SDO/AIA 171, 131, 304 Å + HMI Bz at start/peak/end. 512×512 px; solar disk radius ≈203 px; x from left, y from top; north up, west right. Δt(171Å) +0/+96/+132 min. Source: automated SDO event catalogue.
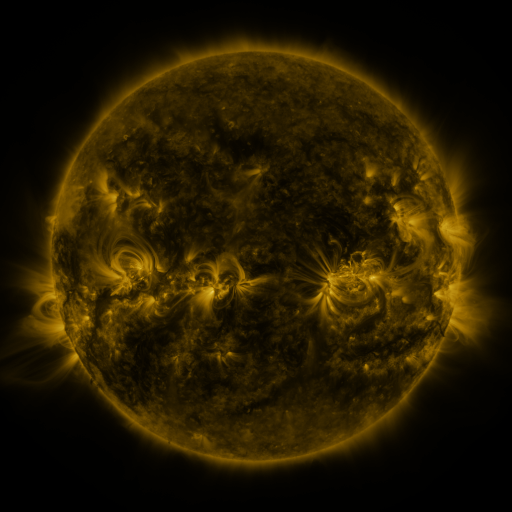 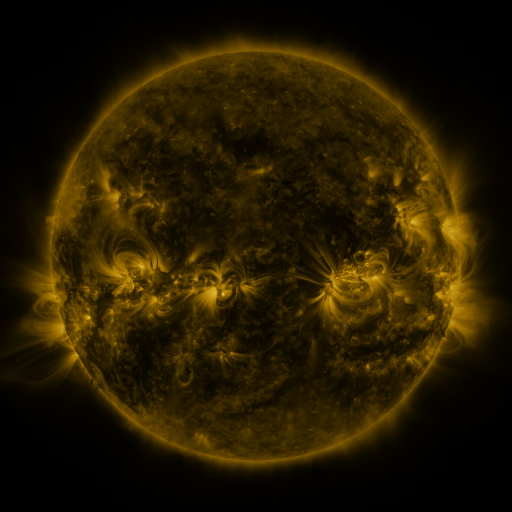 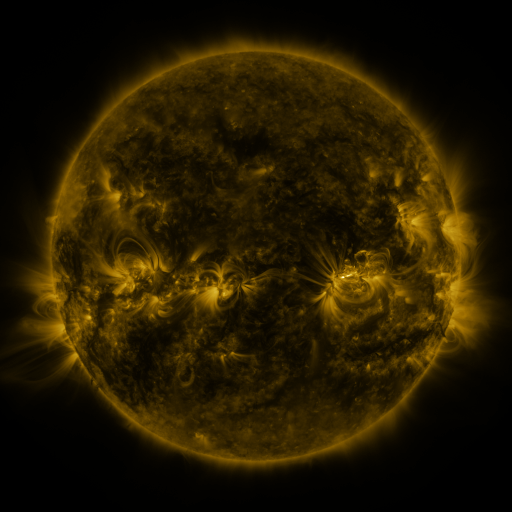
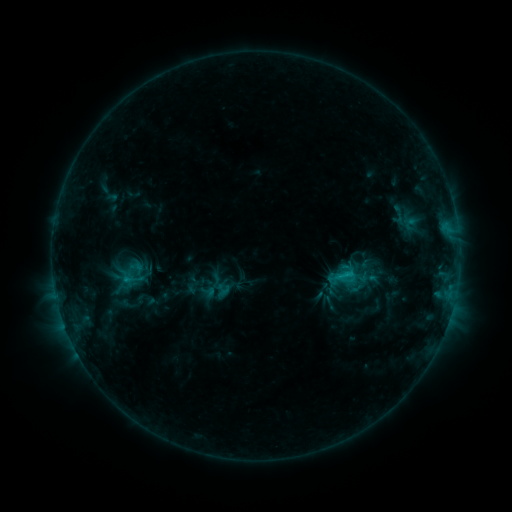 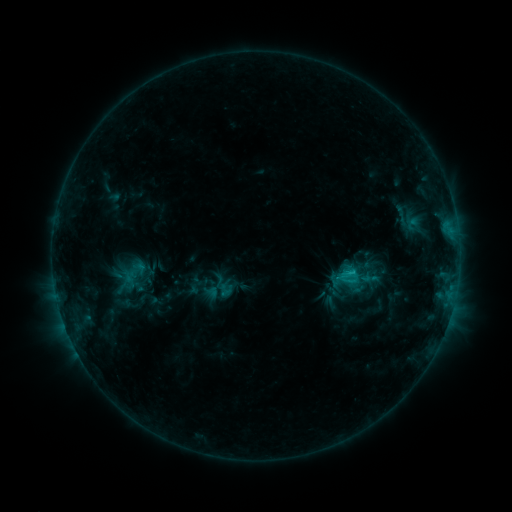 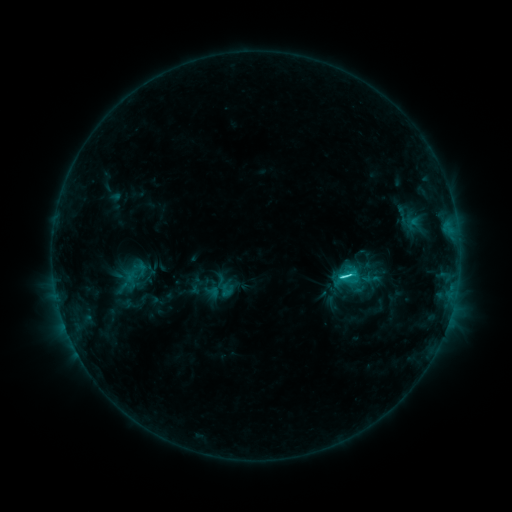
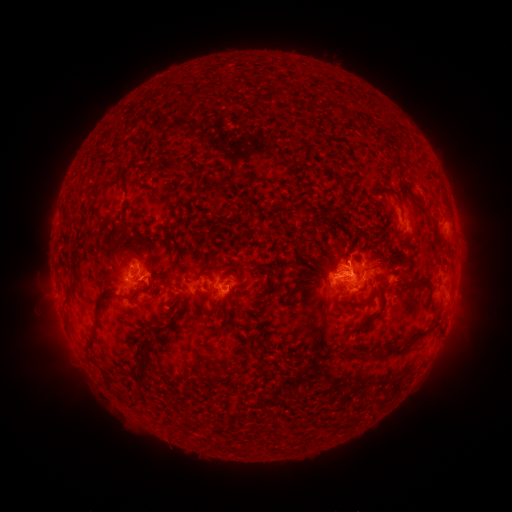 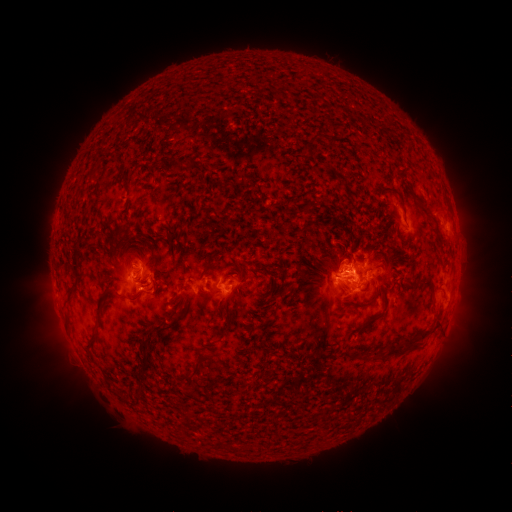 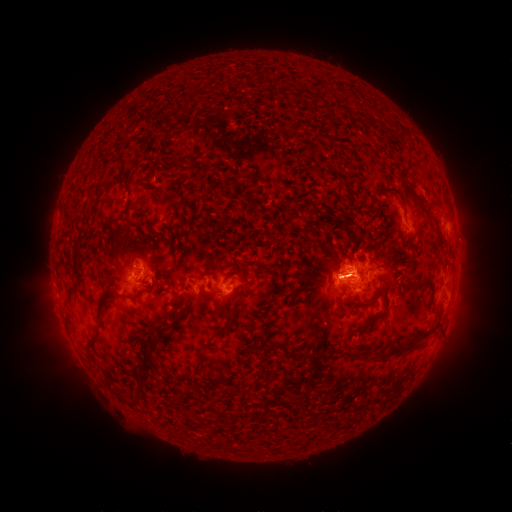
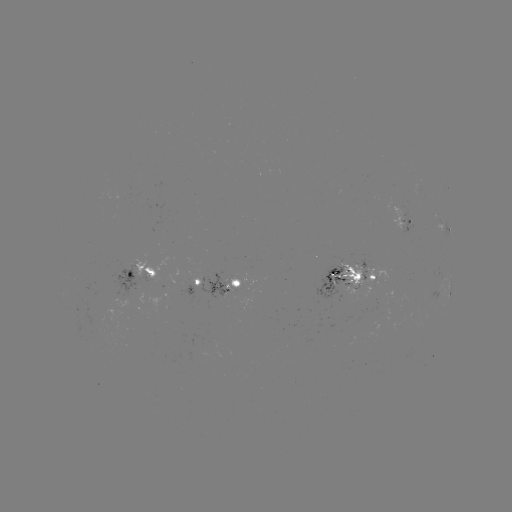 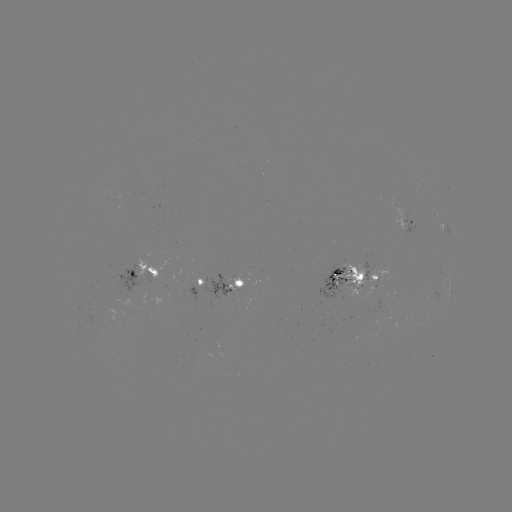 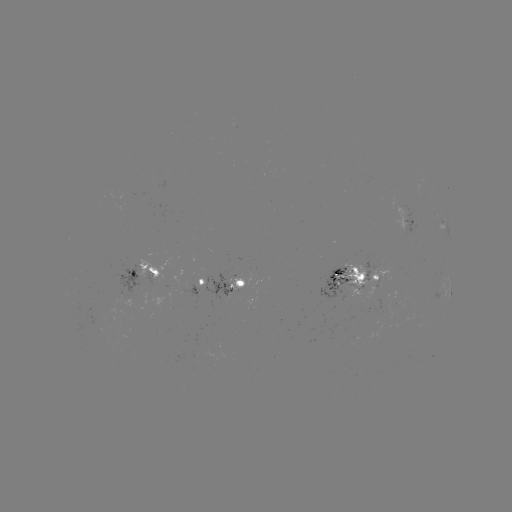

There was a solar emerging-flux region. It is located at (397, 212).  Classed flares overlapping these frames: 2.